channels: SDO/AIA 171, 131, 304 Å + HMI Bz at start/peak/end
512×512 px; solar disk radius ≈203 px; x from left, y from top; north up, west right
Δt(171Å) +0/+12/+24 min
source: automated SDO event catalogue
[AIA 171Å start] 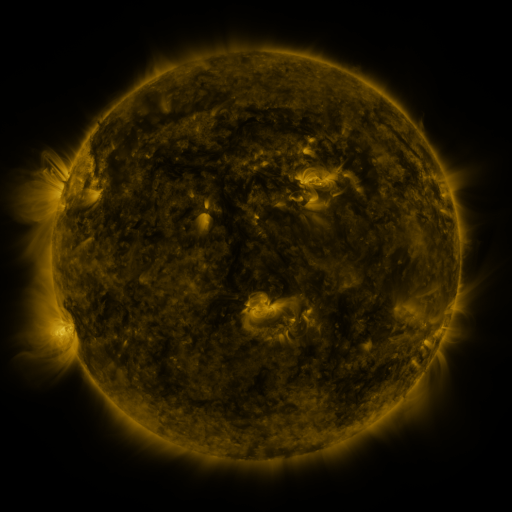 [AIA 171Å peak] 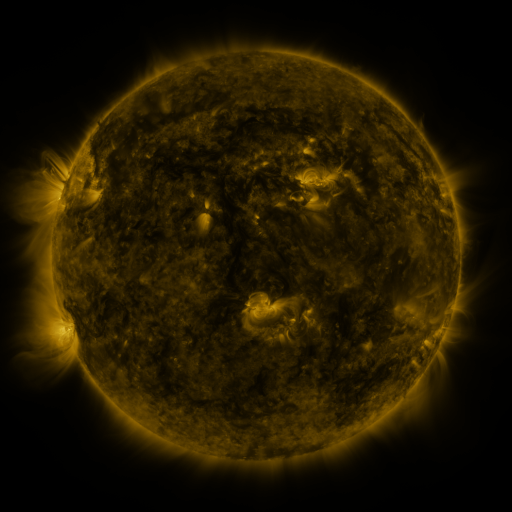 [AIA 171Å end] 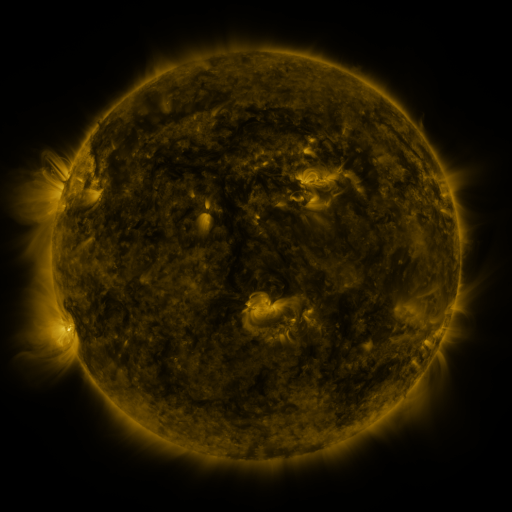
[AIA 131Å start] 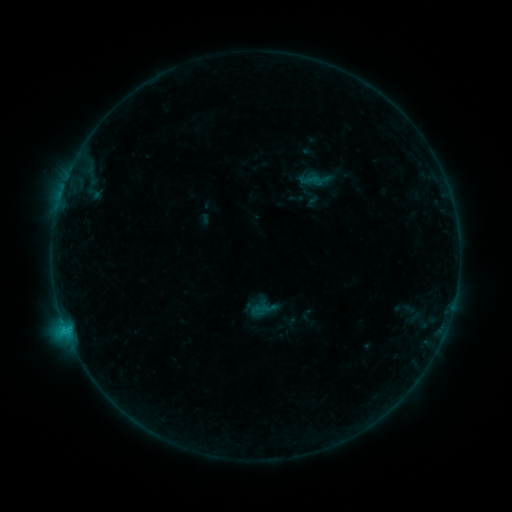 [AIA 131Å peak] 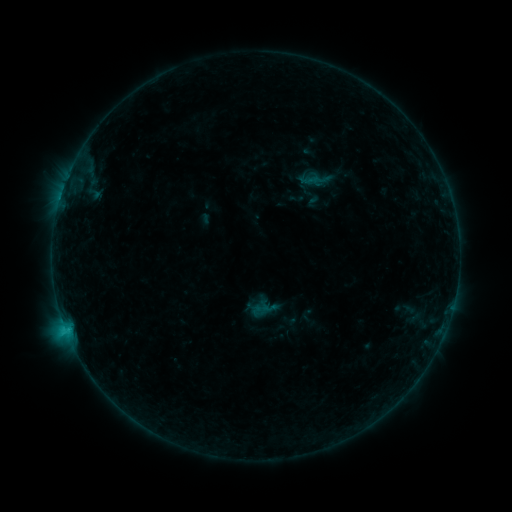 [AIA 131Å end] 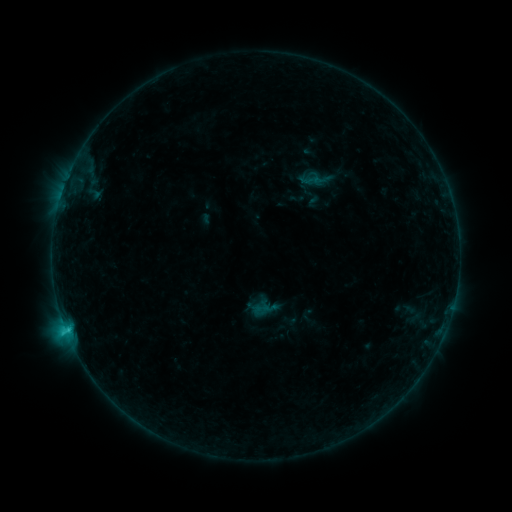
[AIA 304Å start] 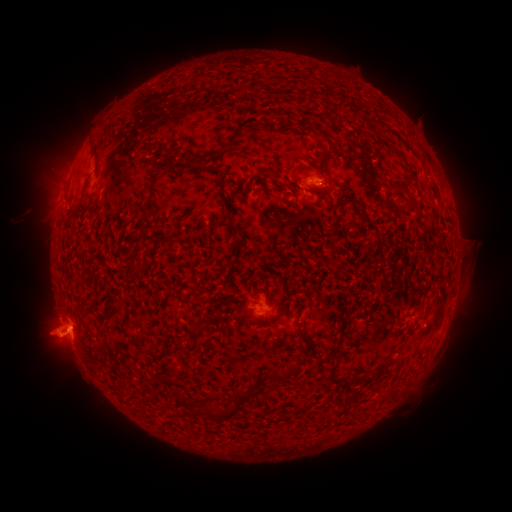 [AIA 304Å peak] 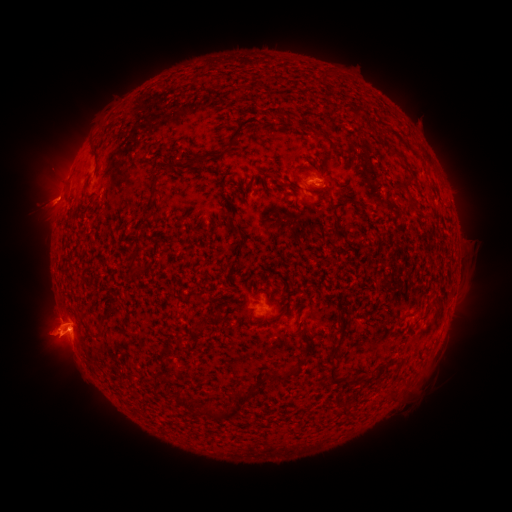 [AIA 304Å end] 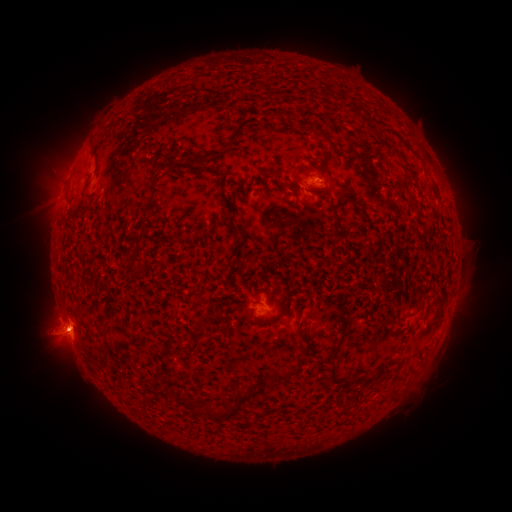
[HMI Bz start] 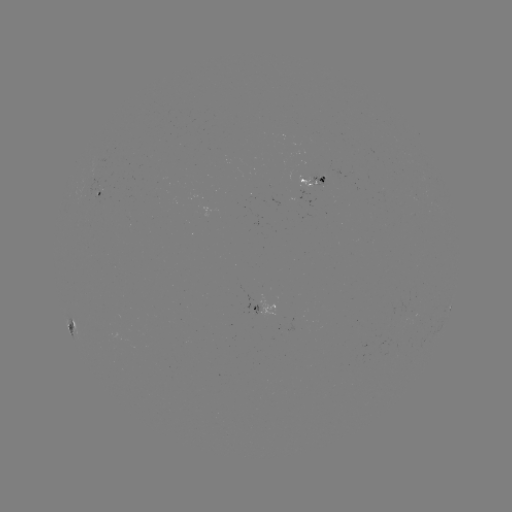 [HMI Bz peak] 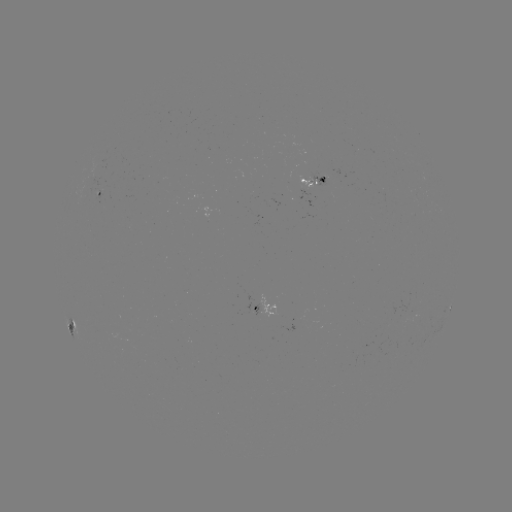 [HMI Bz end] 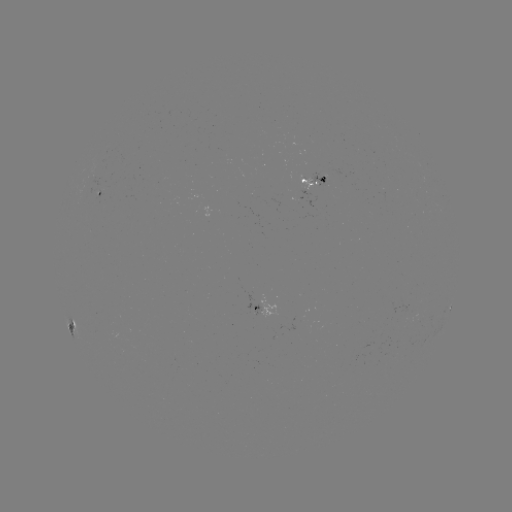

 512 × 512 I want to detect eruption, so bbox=[24, 301, 76, 369].